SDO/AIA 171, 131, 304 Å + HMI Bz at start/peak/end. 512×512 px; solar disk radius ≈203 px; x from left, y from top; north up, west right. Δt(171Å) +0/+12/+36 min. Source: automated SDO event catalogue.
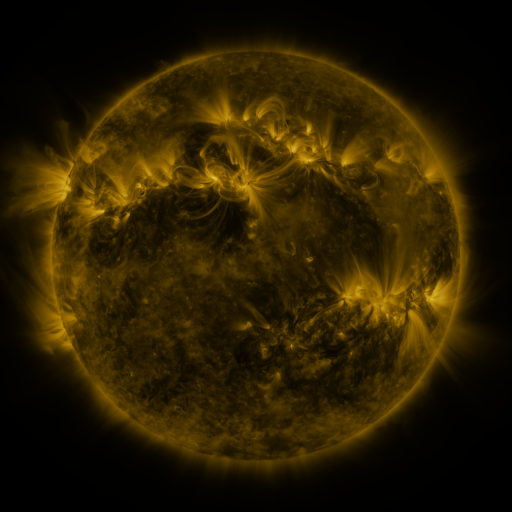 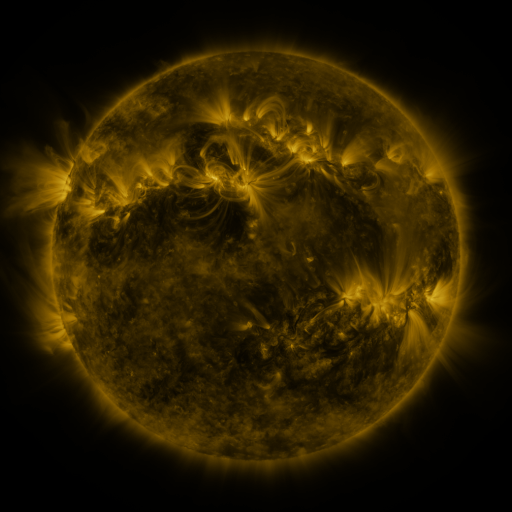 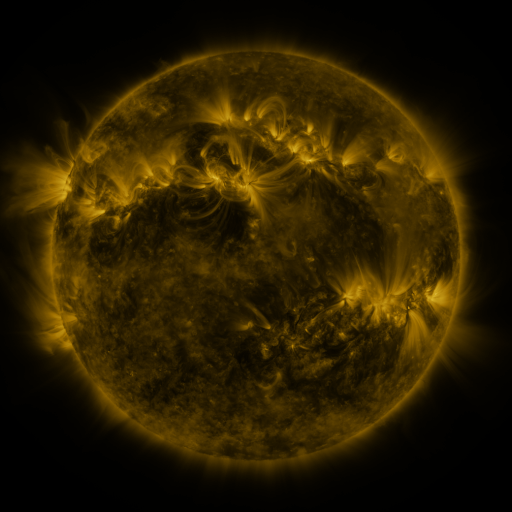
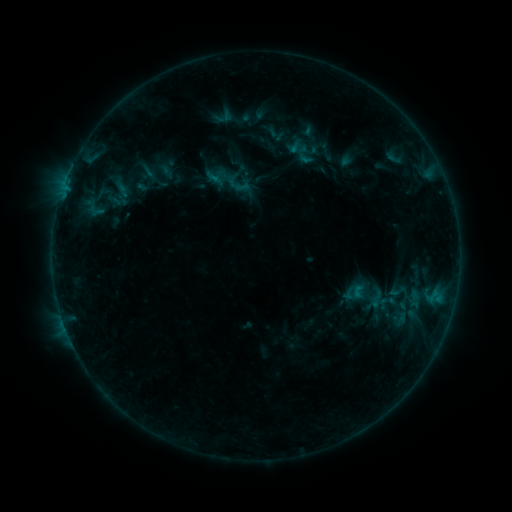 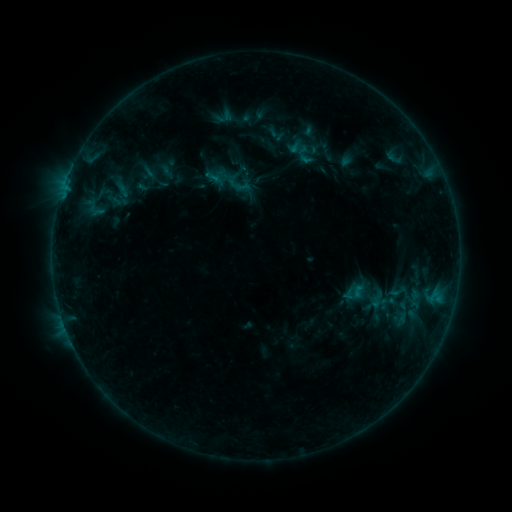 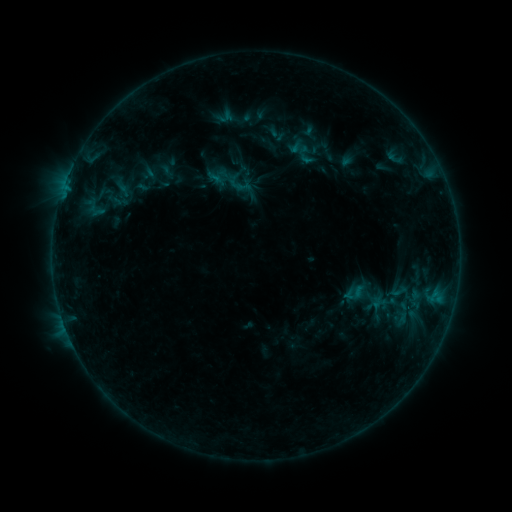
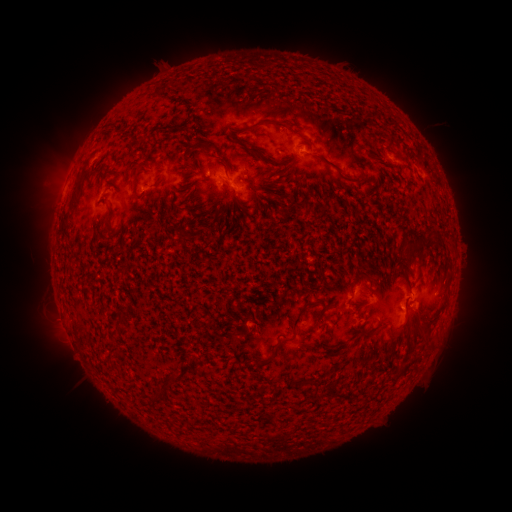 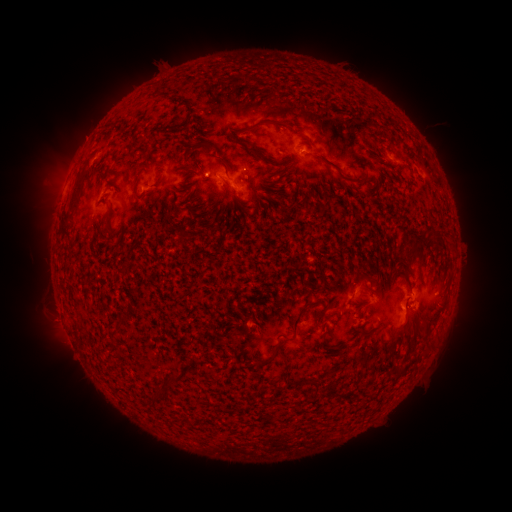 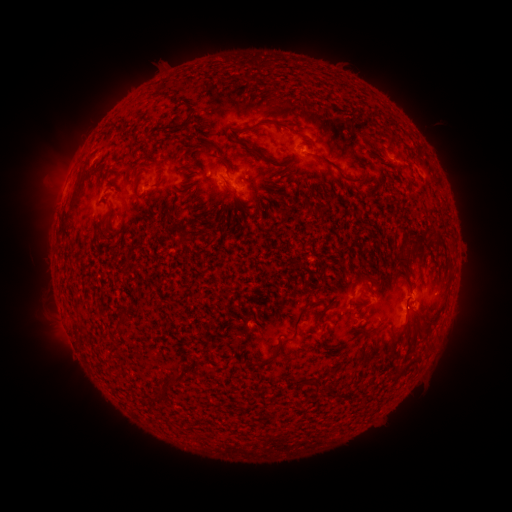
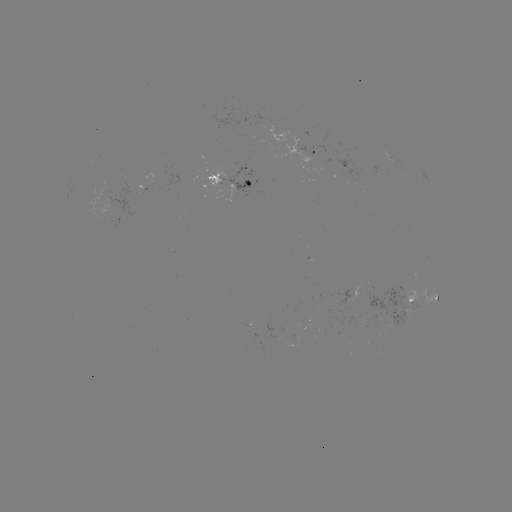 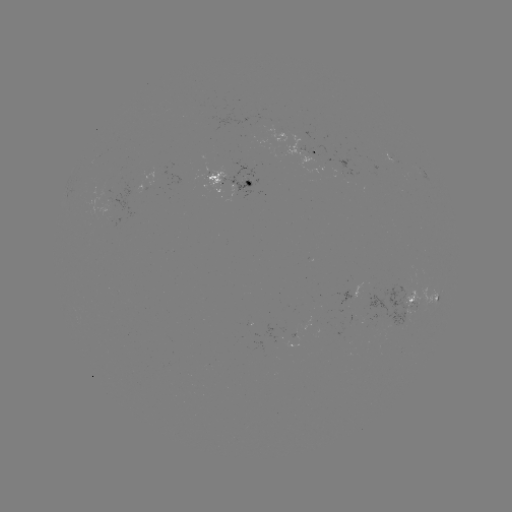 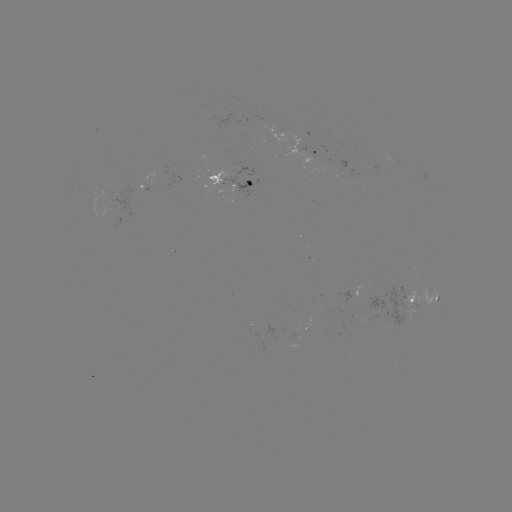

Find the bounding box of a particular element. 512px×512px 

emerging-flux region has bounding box [206, 170, 225, 186].